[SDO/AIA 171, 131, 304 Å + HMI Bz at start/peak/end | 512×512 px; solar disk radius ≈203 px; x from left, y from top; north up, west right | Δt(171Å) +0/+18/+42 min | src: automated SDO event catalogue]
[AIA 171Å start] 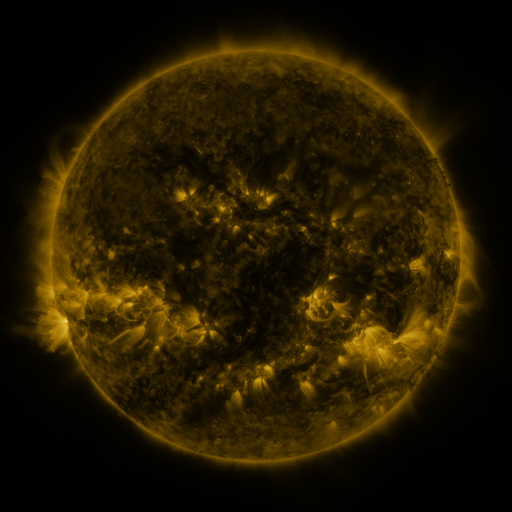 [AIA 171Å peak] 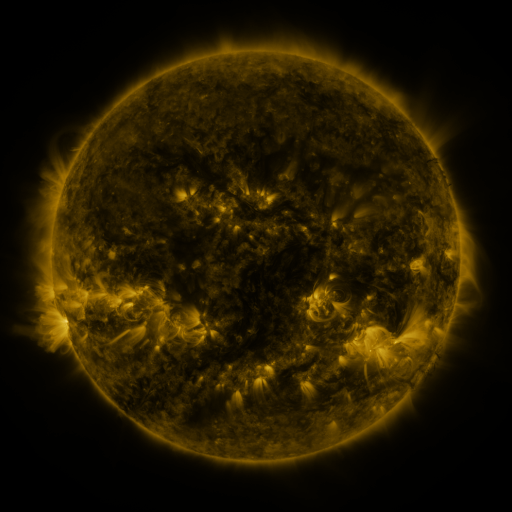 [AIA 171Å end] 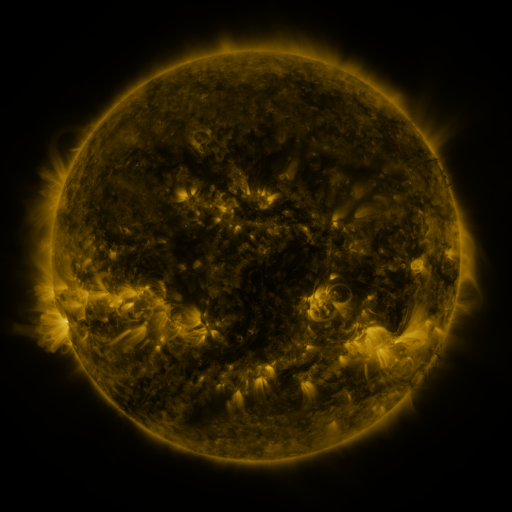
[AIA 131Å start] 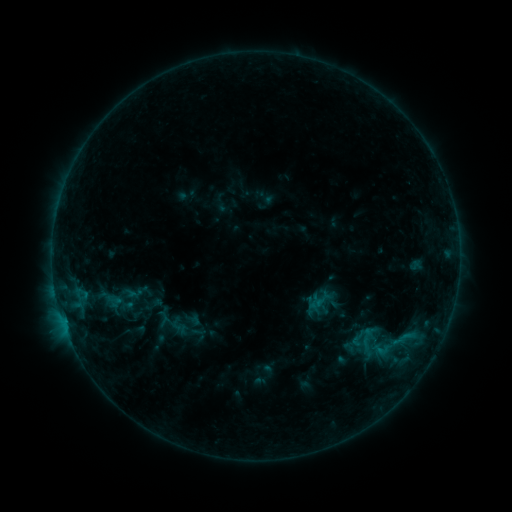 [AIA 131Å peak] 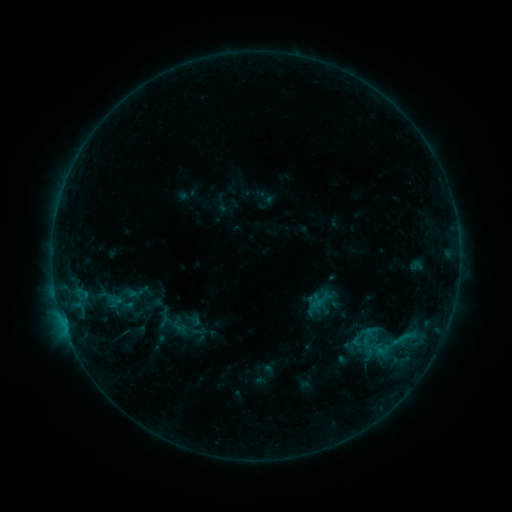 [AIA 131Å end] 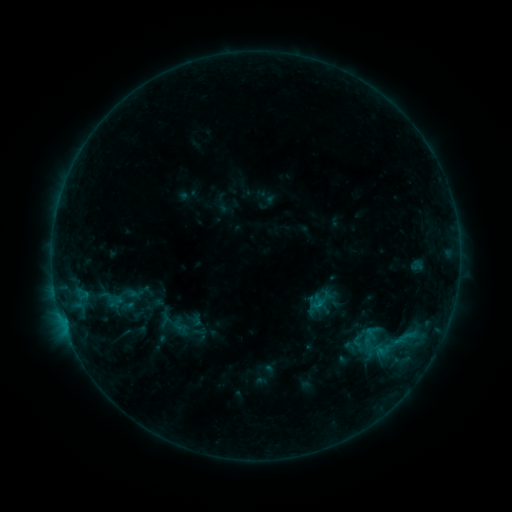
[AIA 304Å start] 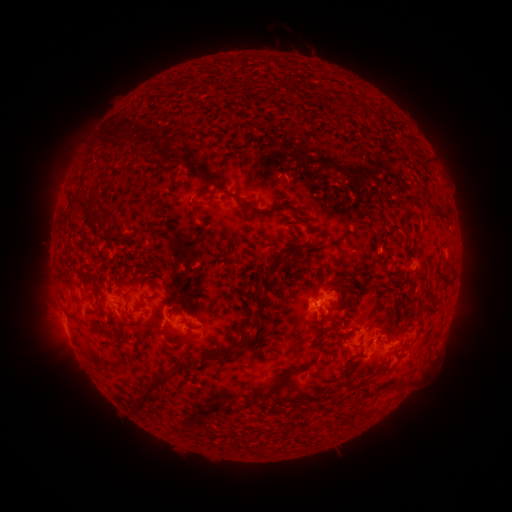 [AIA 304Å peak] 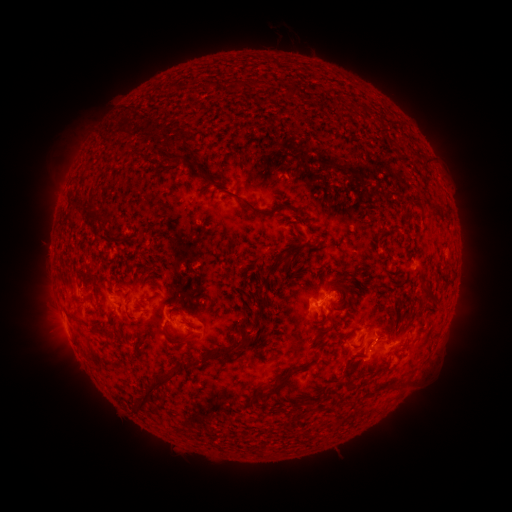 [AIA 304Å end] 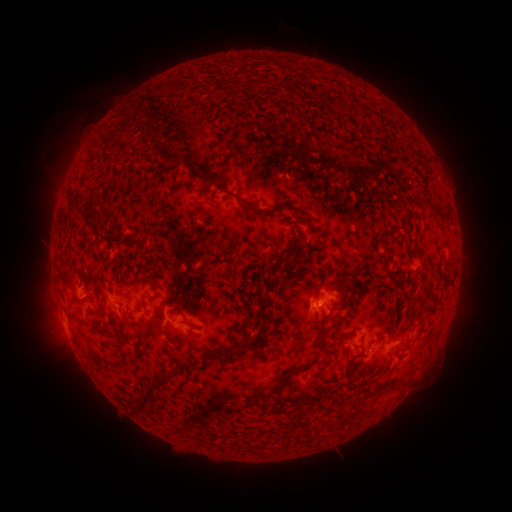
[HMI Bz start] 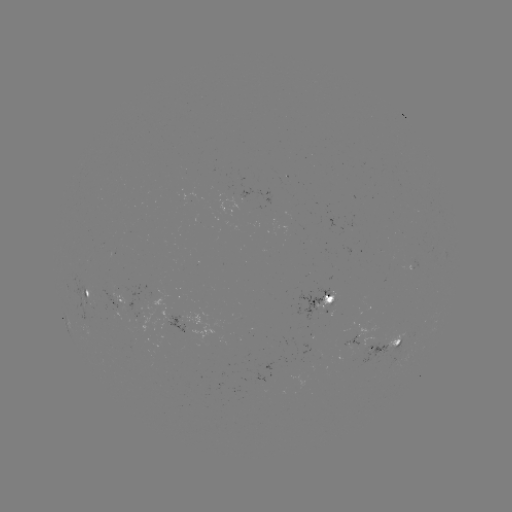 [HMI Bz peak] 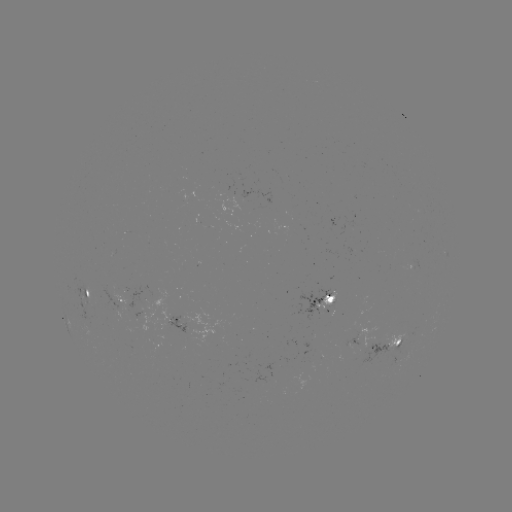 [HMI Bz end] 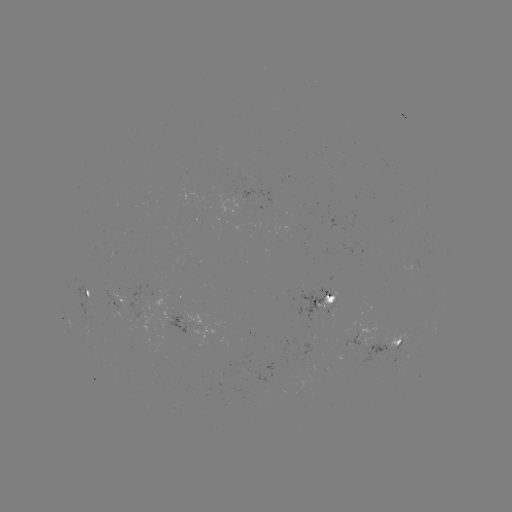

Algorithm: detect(eruption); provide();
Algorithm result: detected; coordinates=[117, 118]